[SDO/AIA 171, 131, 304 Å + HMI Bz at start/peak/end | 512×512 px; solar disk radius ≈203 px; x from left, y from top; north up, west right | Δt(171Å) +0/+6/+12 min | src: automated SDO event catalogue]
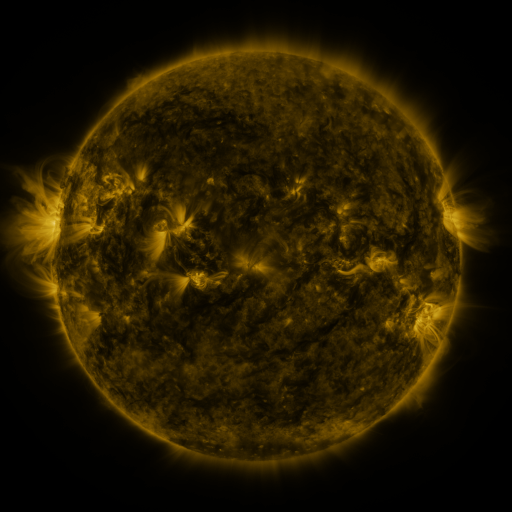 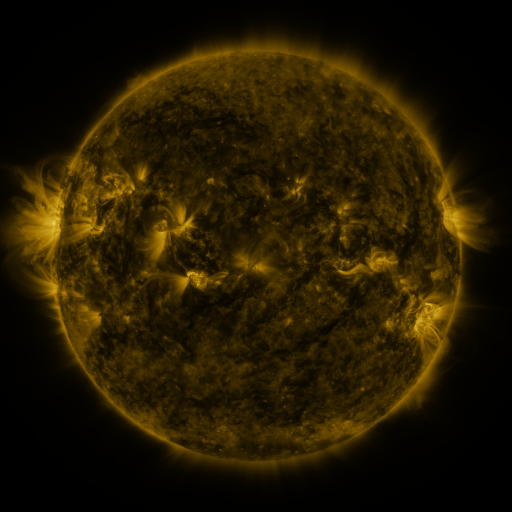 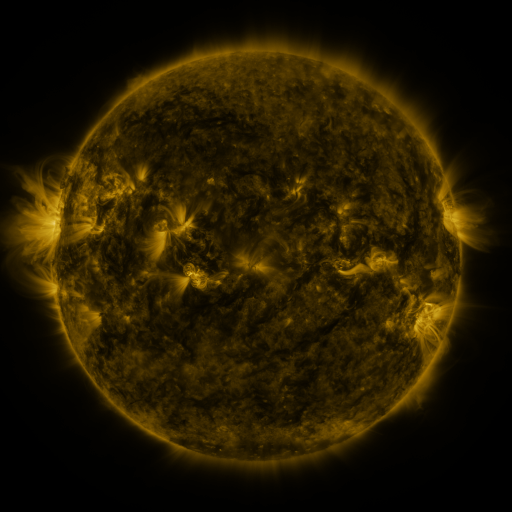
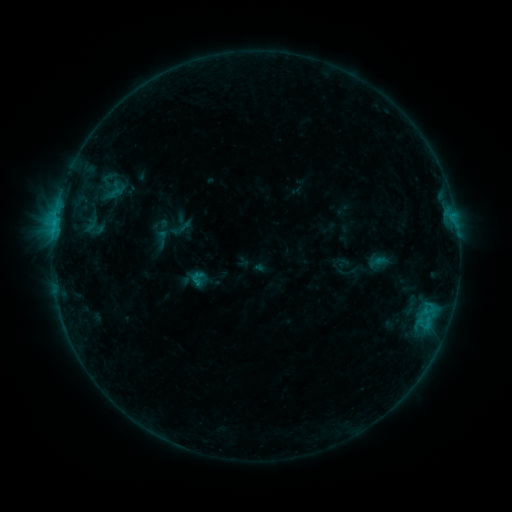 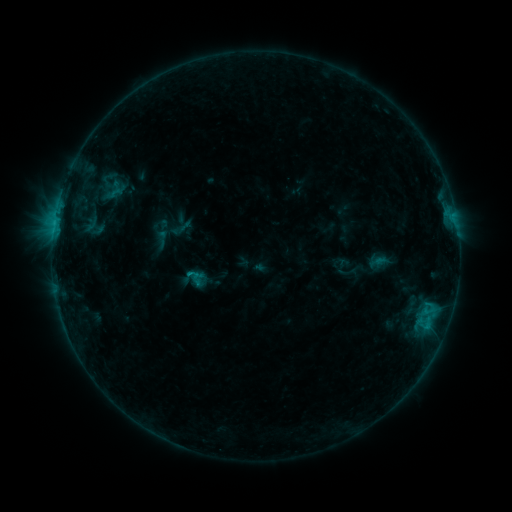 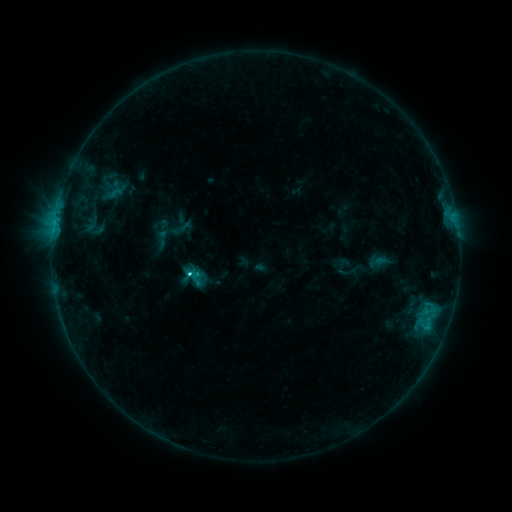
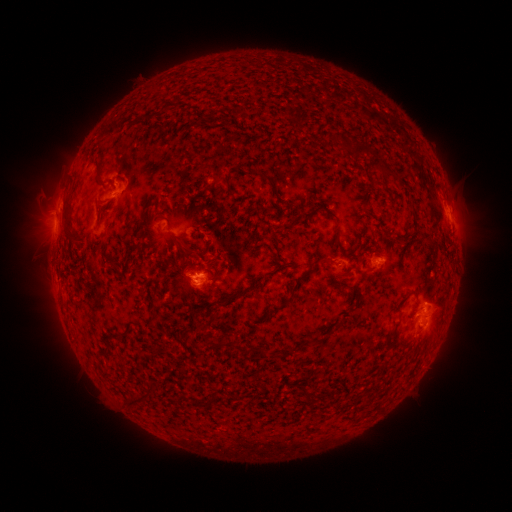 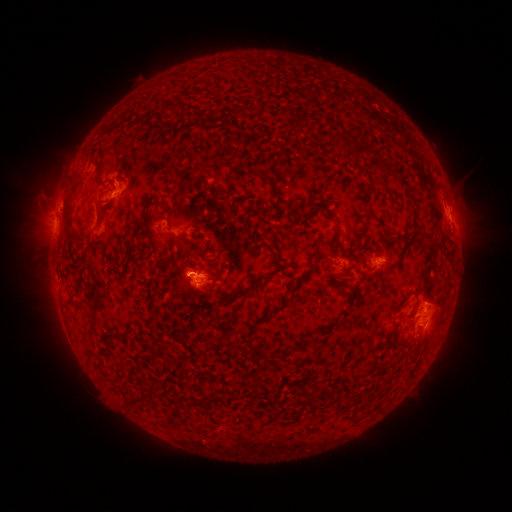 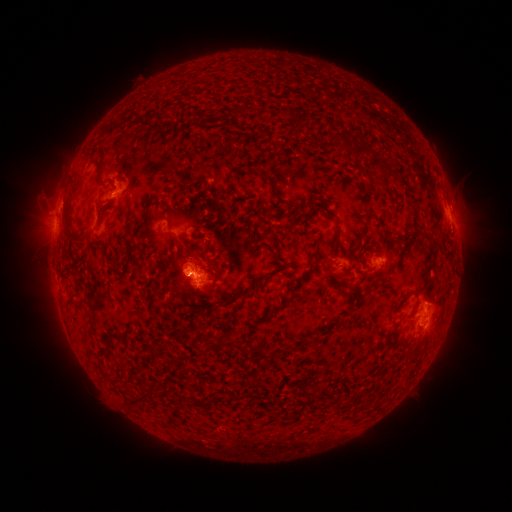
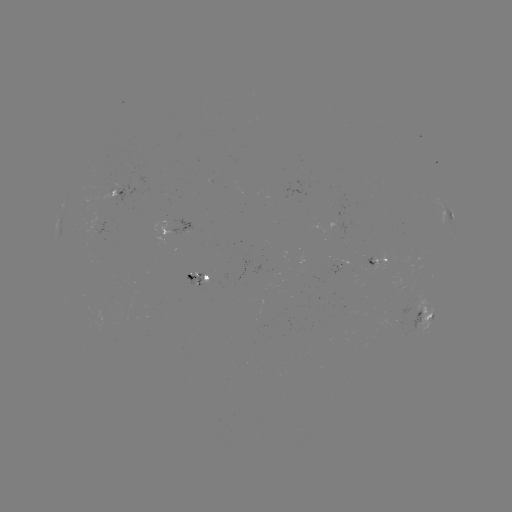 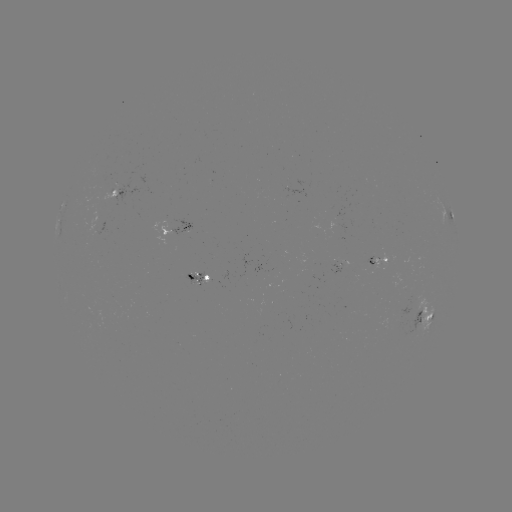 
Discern C2.4 flare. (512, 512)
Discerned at (190, 274).